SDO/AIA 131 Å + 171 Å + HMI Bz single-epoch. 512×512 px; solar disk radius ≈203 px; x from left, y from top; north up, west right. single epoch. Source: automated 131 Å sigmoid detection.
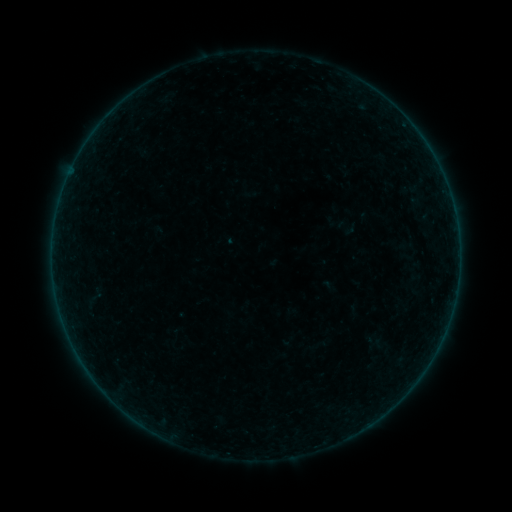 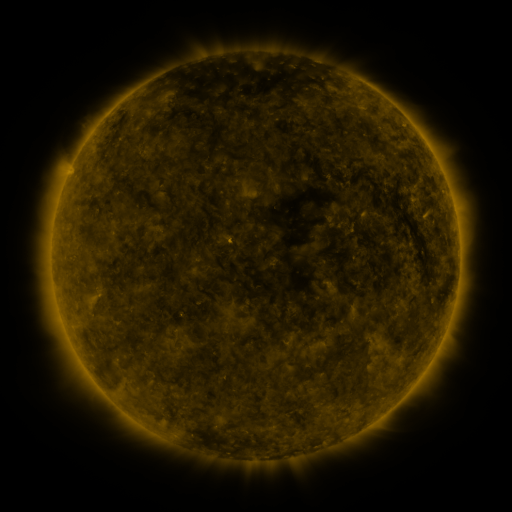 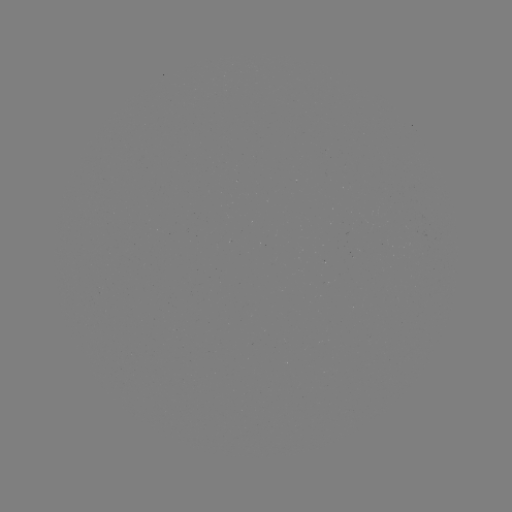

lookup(sigmoid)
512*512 344,227